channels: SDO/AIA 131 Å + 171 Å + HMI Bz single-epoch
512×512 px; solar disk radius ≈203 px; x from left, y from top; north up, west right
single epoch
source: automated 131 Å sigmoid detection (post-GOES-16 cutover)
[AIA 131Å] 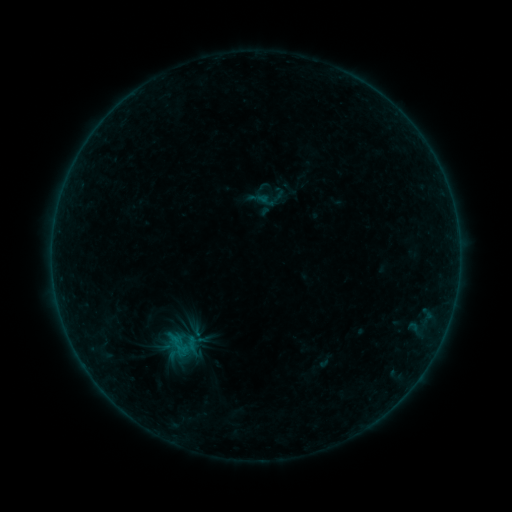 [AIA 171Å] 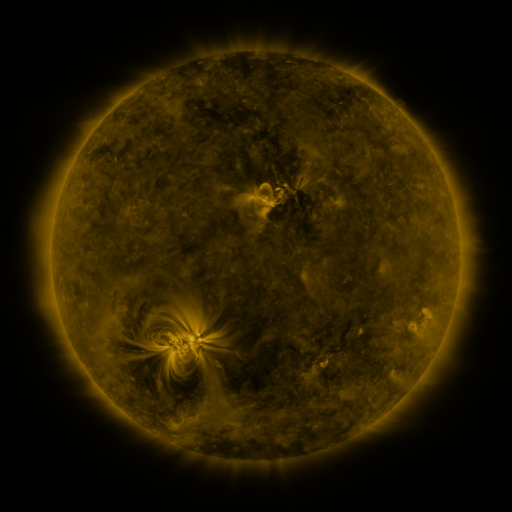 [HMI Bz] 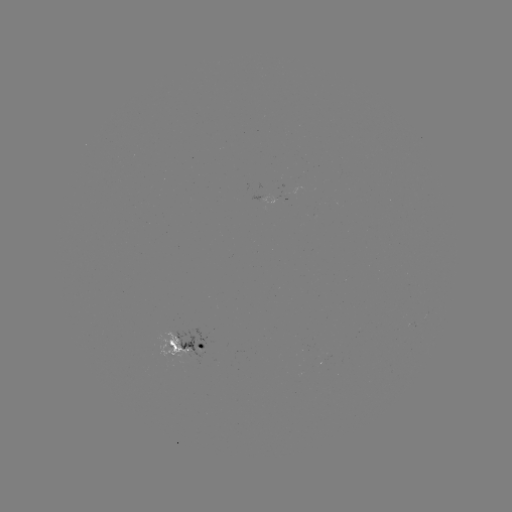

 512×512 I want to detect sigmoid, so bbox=[156, 324, 205, 363].